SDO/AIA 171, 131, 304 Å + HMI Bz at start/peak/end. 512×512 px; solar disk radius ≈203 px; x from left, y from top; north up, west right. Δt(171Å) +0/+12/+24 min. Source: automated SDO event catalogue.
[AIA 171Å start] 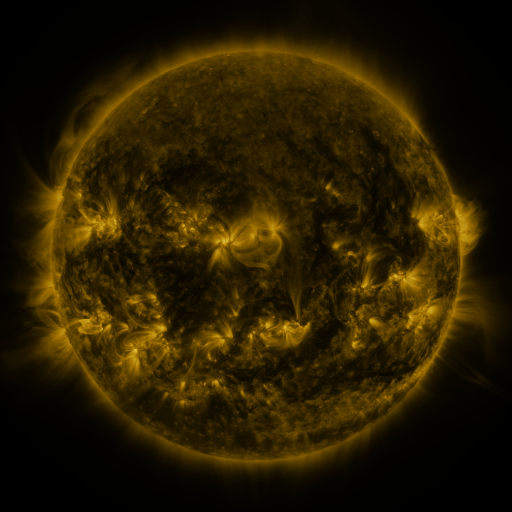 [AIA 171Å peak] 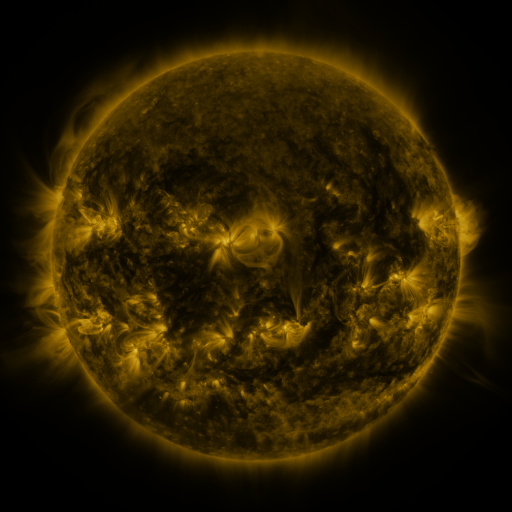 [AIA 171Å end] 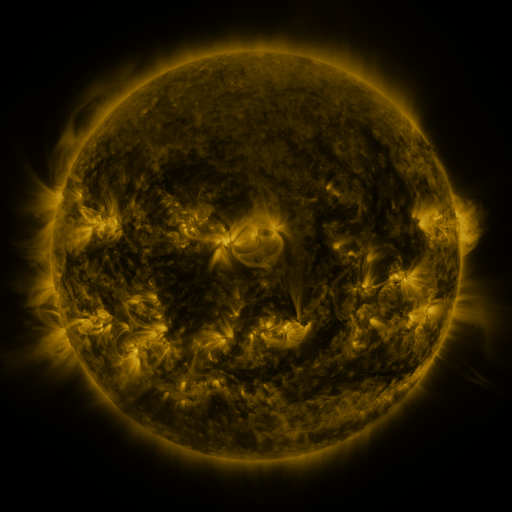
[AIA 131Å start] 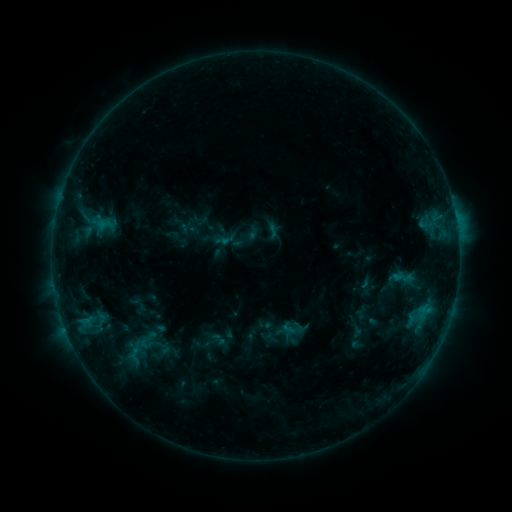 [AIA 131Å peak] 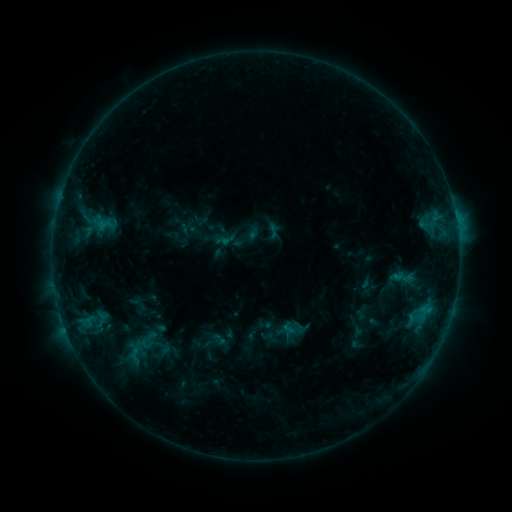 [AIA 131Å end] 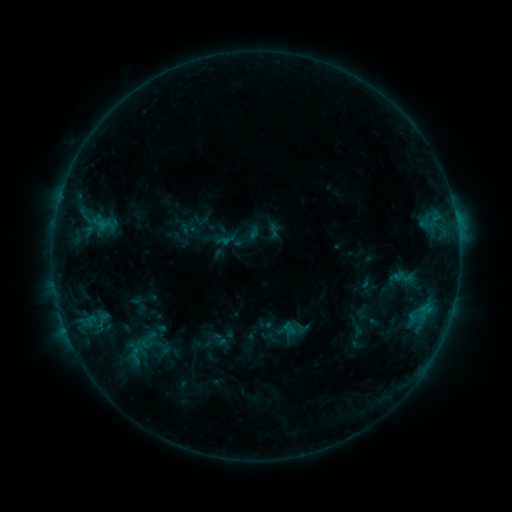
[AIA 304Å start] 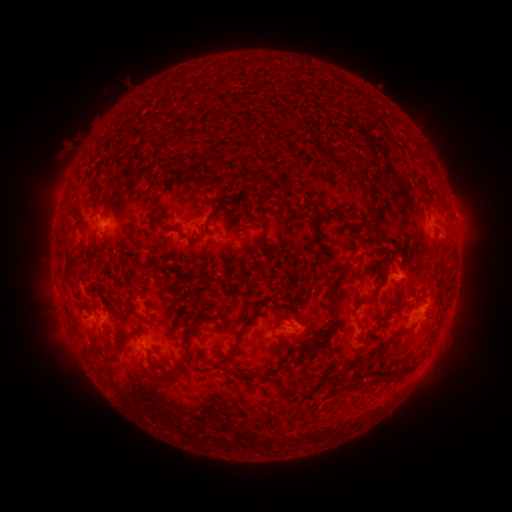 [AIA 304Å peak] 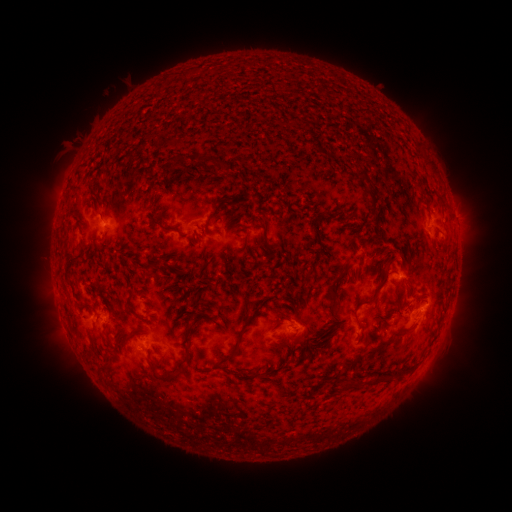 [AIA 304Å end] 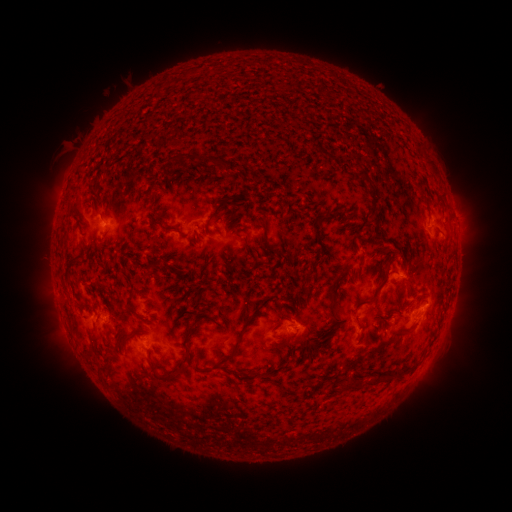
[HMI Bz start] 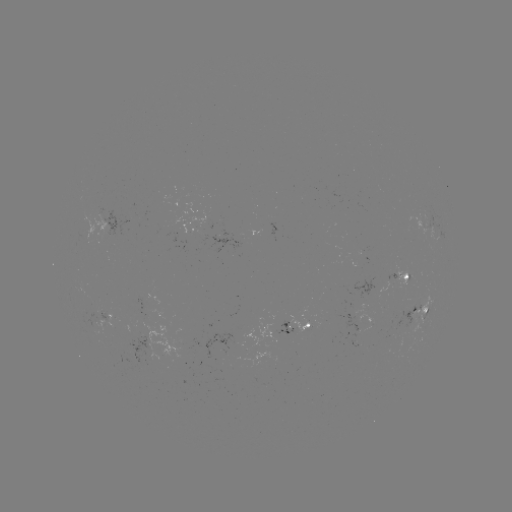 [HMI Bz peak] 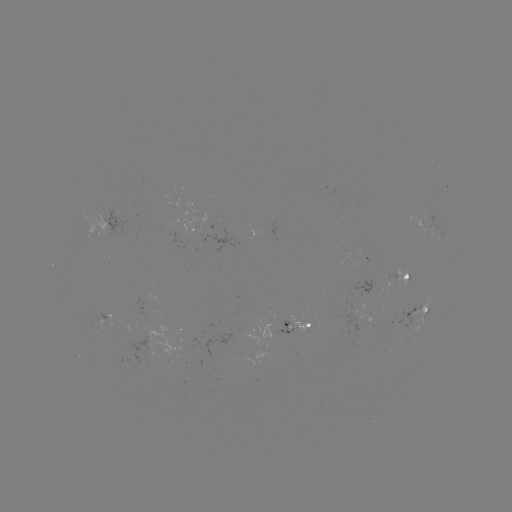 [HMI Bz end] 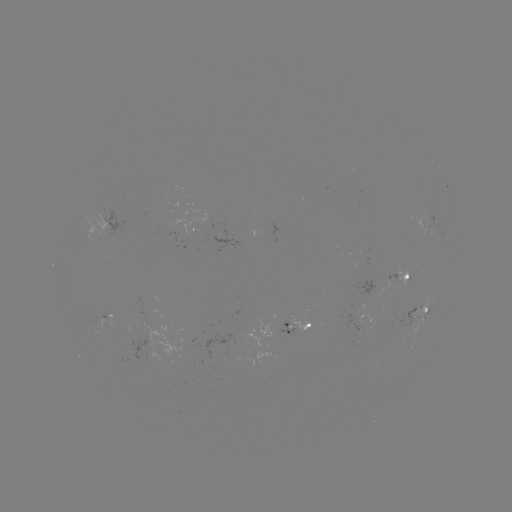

no classed flare was catalogued and no EUV brightening was flagged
